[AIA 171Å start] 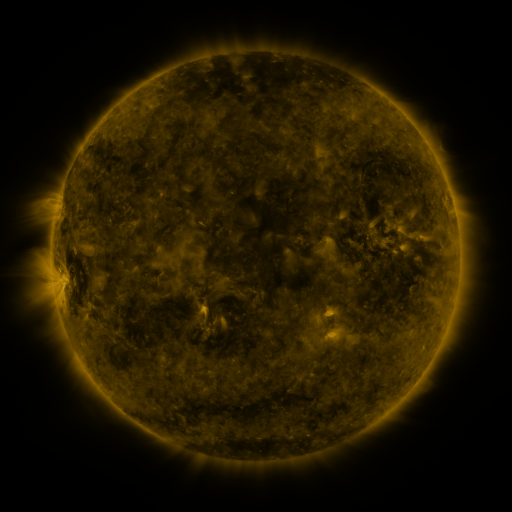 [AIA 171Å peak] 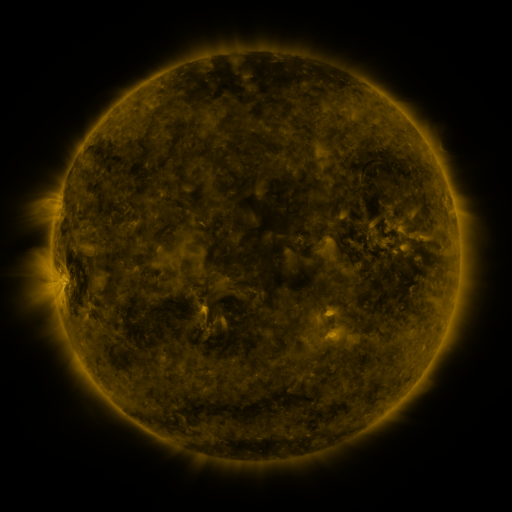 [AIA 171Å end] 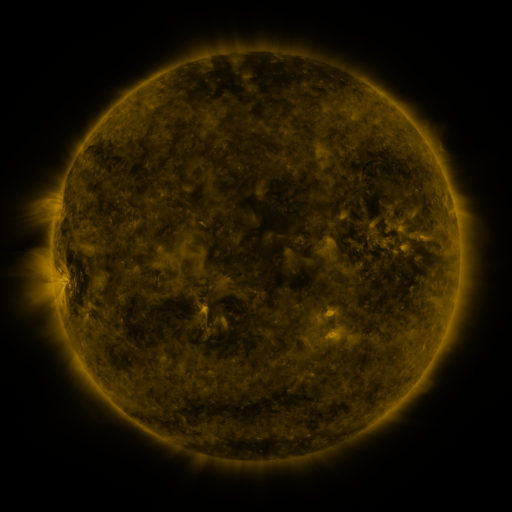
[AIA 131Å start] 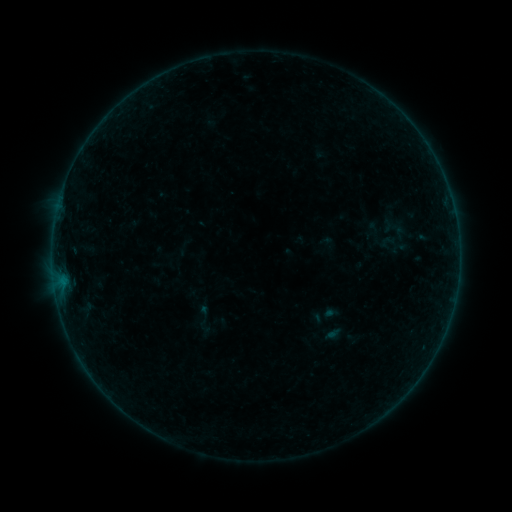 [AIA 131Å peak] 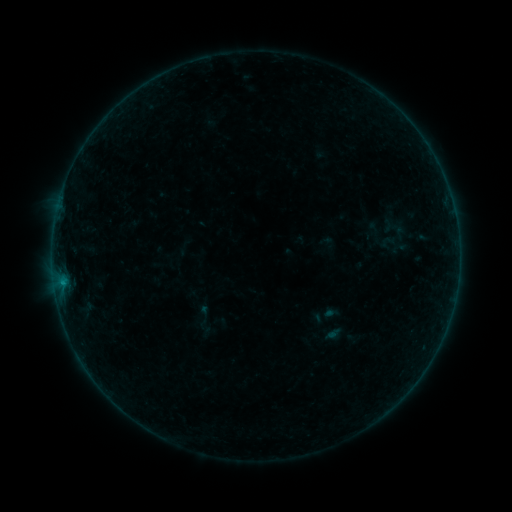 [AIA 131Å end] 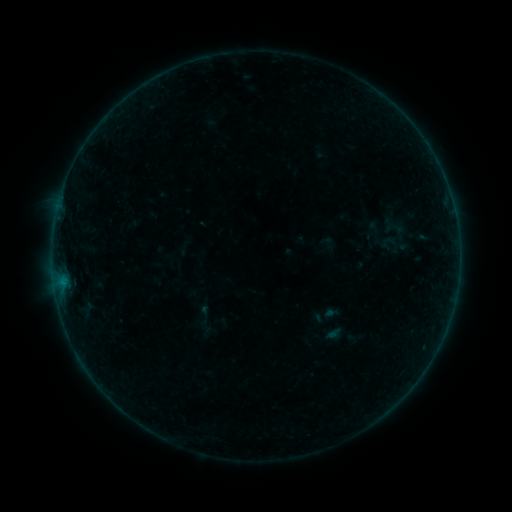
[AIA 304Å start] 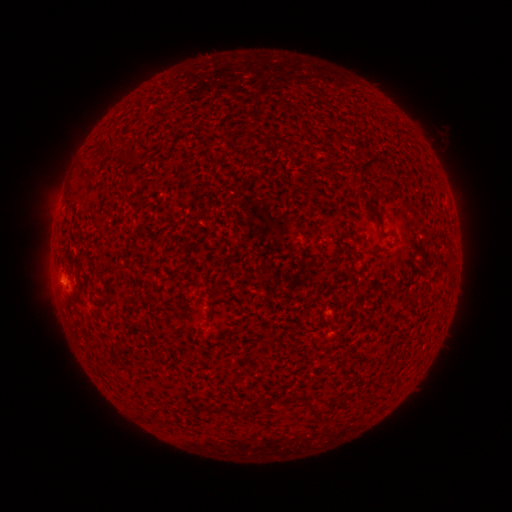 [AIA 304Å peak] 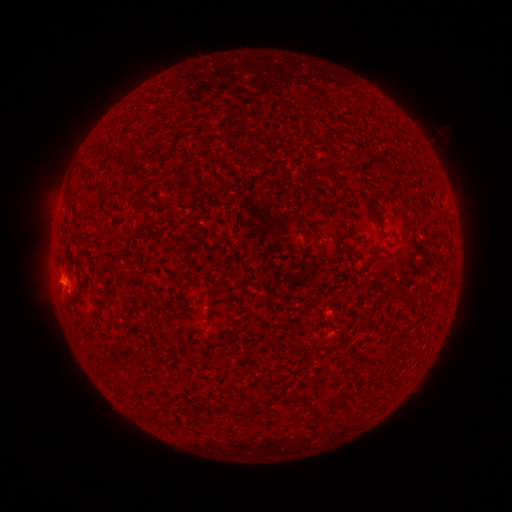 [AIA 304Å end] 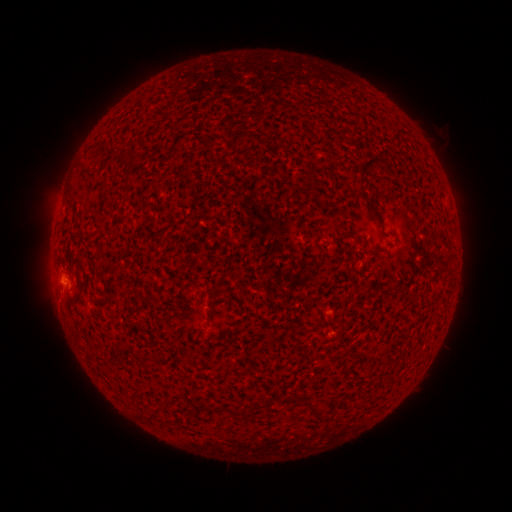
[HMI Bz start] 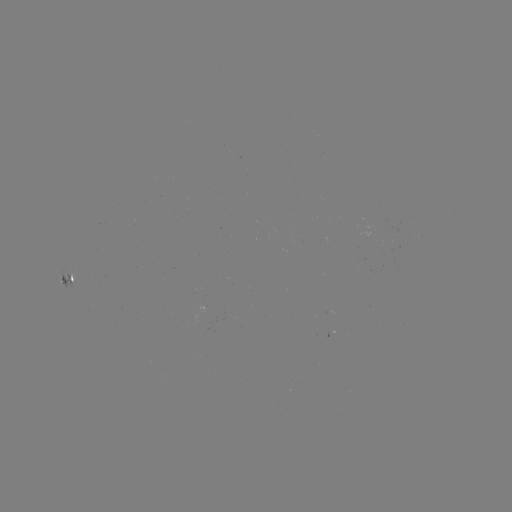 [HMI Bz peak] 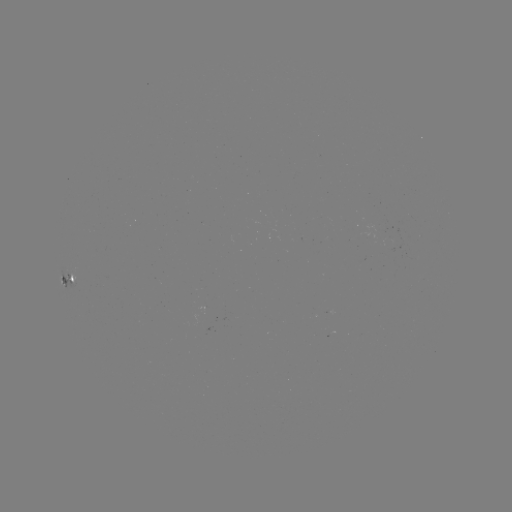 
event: flare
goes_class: B1.7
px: (63, 281)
